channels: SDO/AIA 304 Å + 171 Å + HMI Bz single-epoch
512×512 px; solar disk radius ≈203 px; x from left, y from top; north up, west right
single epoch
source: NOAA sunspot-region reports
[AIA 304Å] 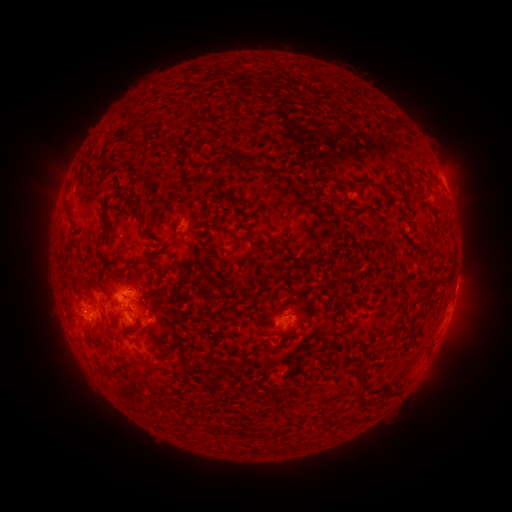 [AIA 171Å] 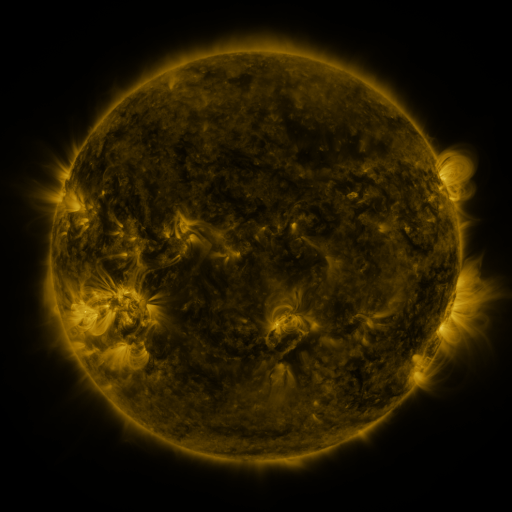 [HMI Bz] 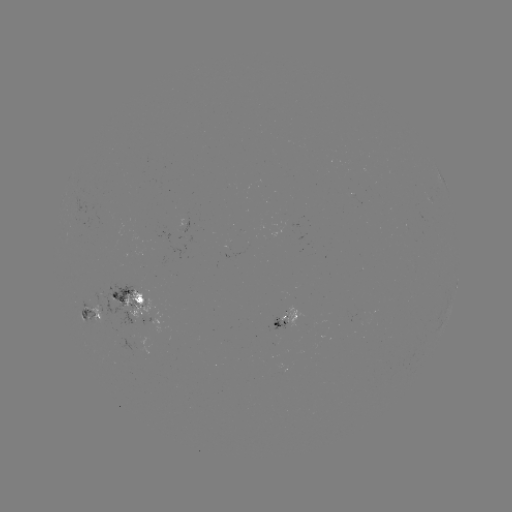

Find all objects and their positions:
spotted active region: (442, 181)
spotted active region: (138, 307)
spotted active region: (92, 311)
spotted active region: (286, 319)
